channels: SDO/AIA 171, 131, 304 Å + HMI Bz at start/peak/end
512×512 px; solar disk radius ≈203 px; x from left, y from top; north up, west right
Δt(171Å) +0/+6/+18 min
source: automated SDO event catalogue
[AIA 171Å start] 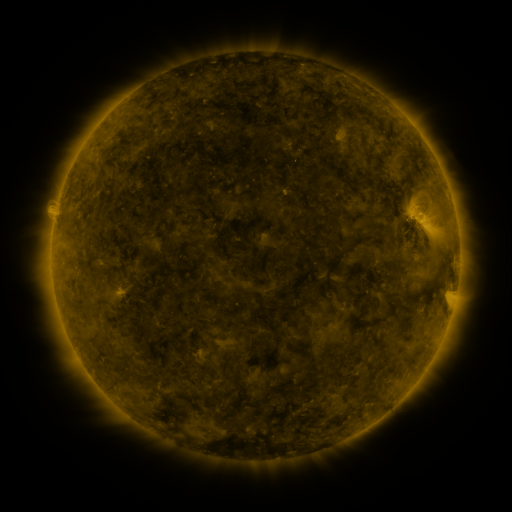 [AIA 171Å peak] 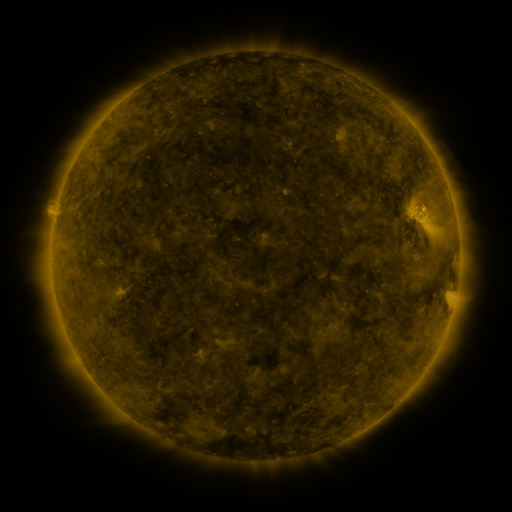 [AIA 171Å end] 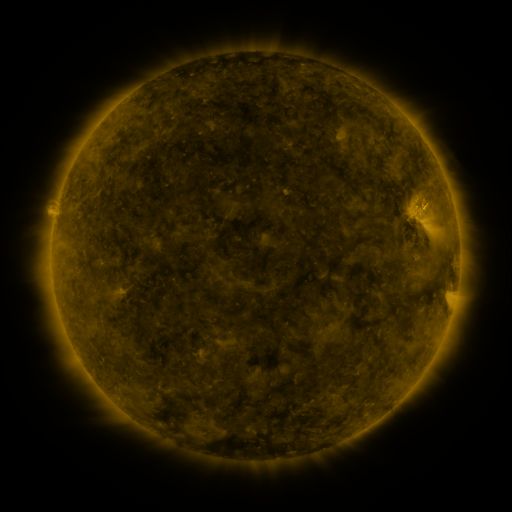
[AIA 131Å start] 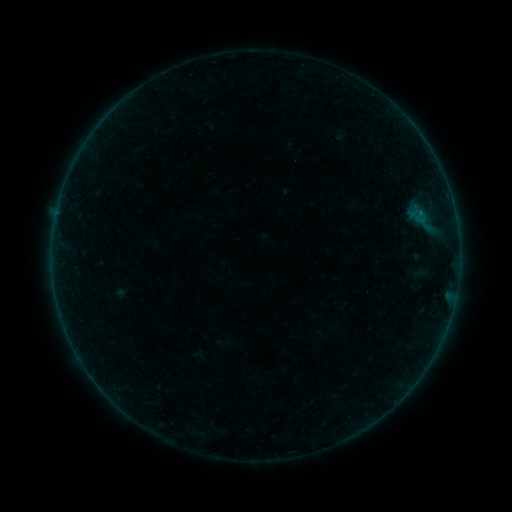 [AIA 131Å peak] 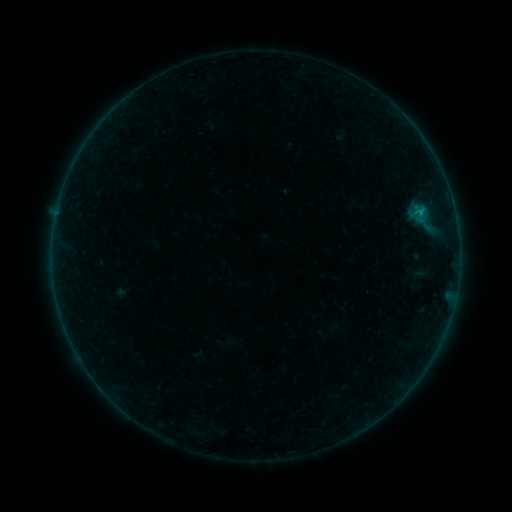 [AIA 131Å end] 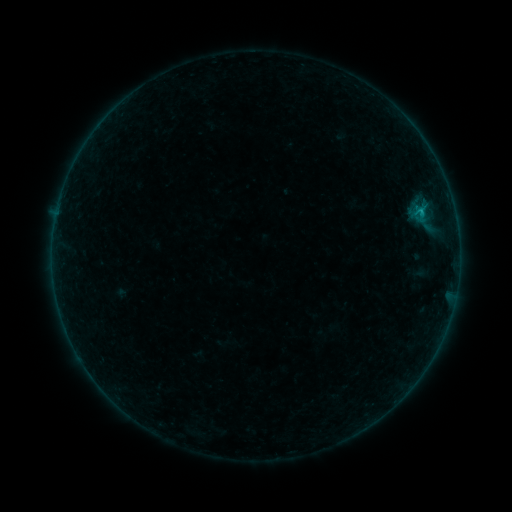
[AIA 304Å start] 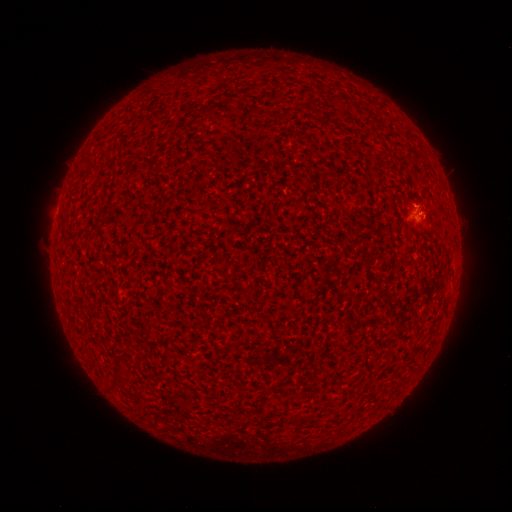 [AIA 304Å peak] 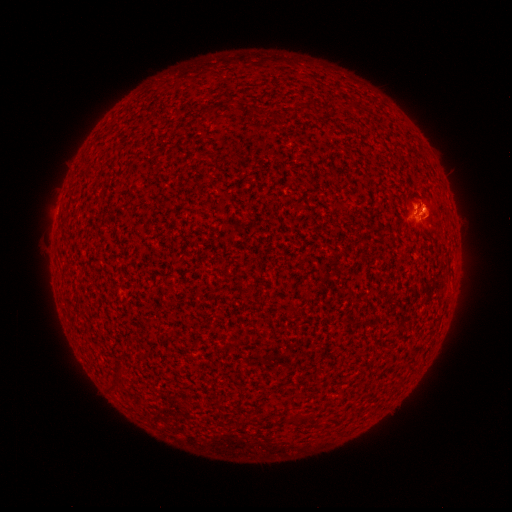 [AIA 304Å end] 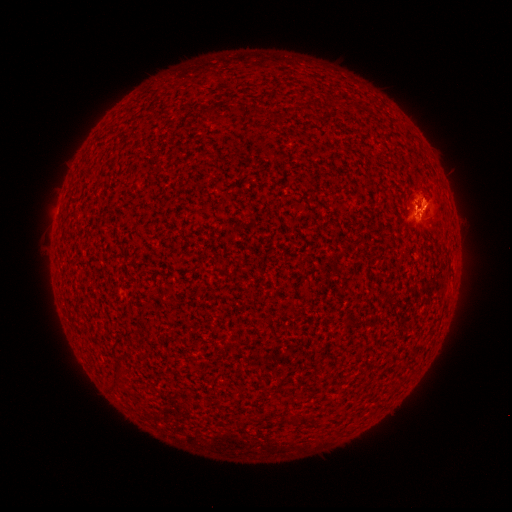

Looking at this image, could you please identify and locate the eruption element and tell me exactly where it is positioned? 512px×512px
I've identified eruption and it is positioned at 435,206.